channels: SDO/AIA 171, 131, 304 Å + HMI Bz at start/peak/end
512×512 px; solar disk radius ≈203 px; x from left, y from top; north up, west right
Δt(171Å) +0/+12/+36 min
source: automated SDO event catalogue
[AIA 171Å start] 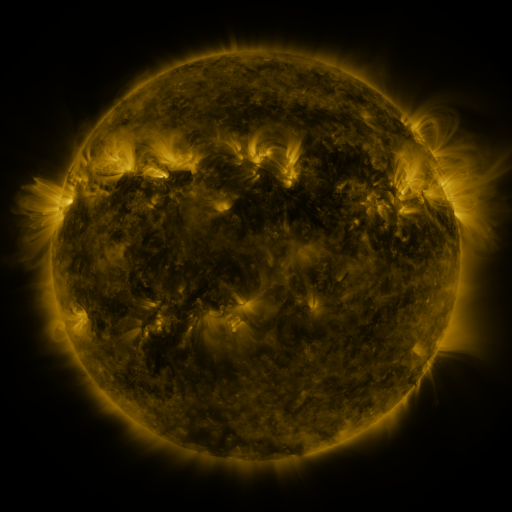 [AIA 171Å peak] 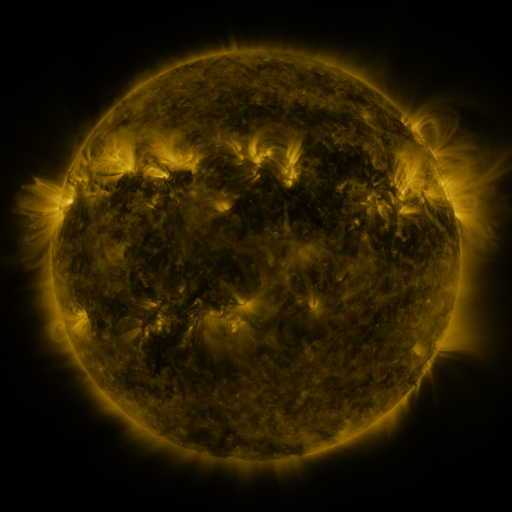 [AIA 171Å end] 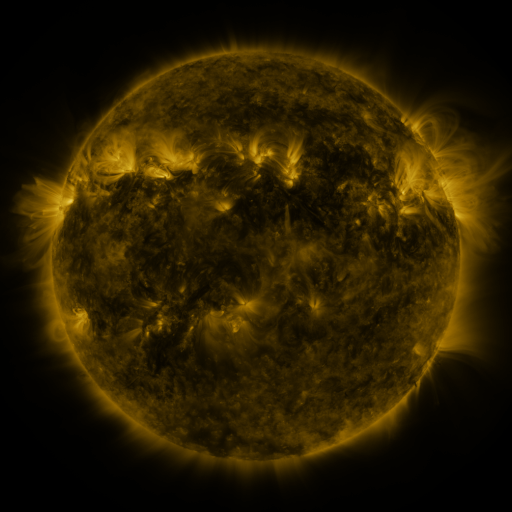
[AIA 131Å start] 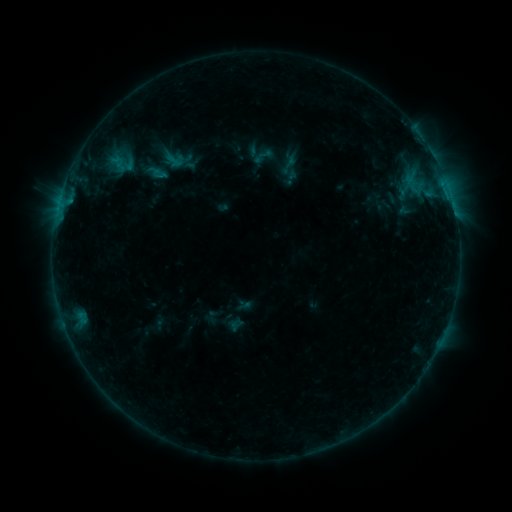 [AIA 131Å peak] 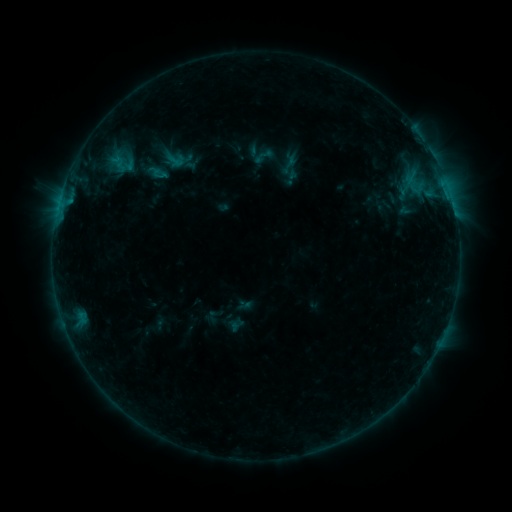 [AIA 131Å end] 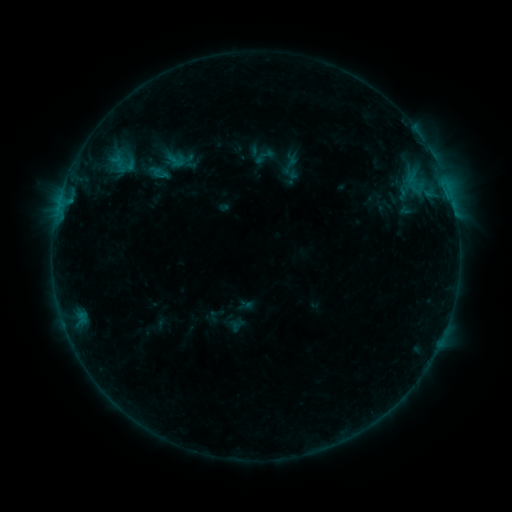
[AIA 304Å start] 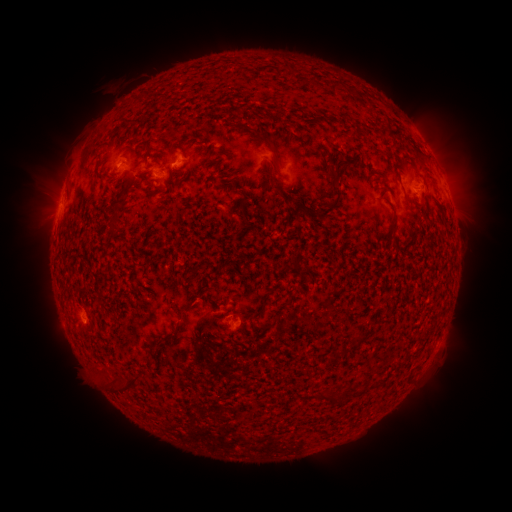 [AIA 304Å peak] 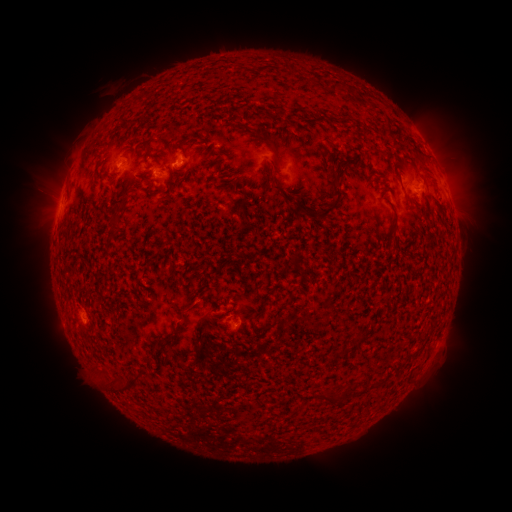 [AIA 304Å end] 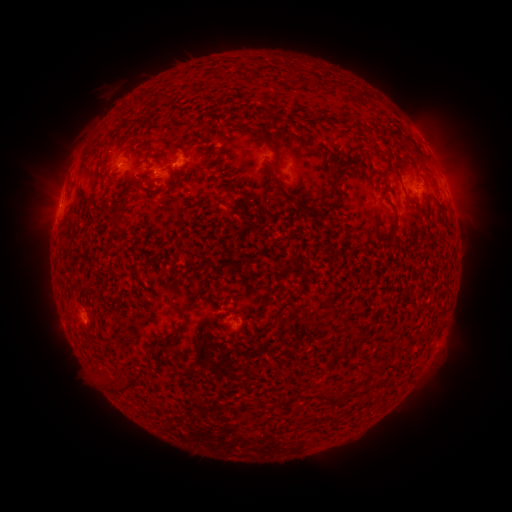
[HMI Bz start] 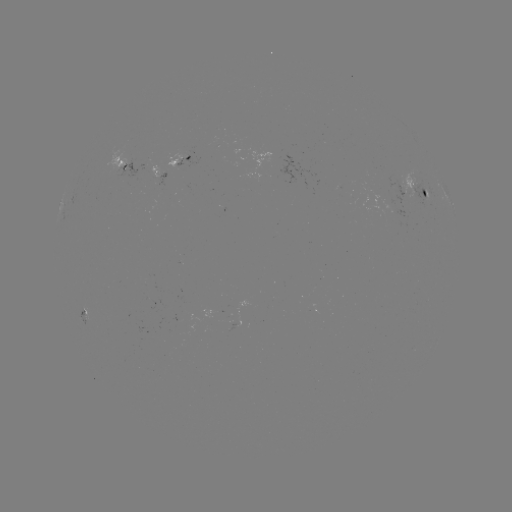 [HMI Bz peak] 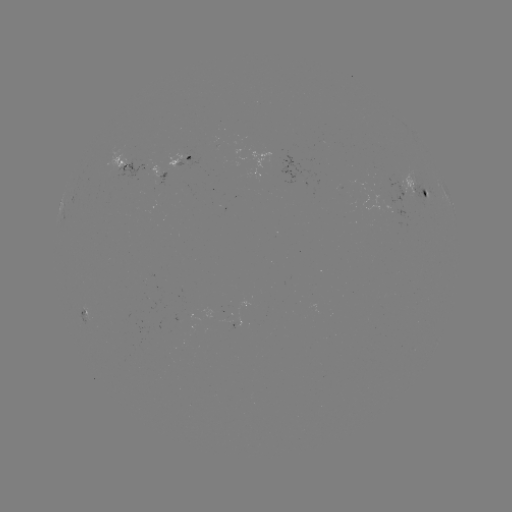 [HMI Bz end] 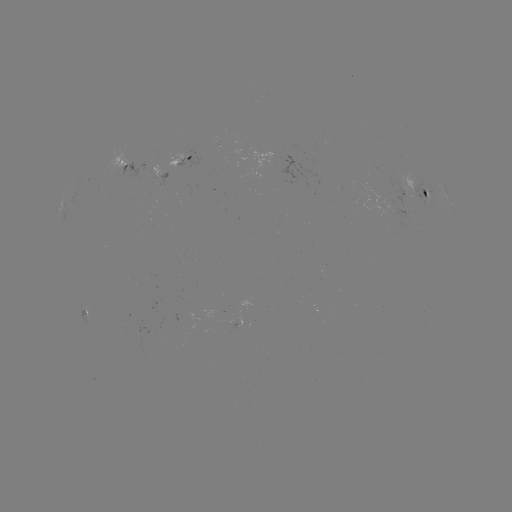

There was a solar emerging-flux region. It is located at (152, 169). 